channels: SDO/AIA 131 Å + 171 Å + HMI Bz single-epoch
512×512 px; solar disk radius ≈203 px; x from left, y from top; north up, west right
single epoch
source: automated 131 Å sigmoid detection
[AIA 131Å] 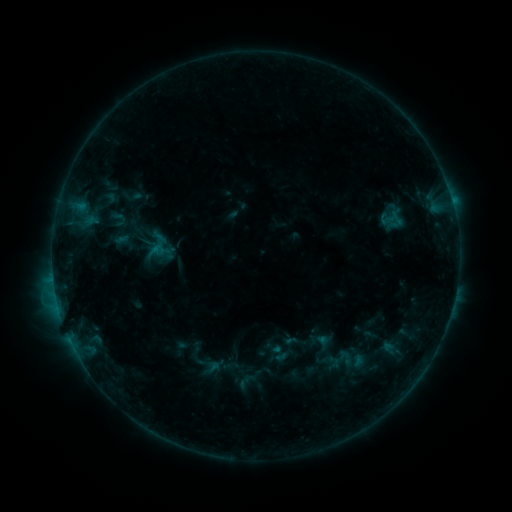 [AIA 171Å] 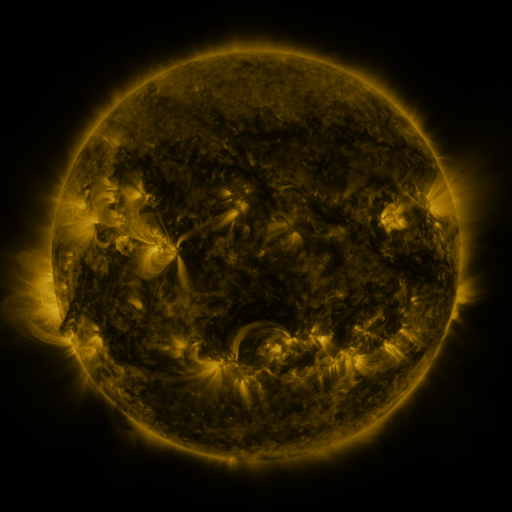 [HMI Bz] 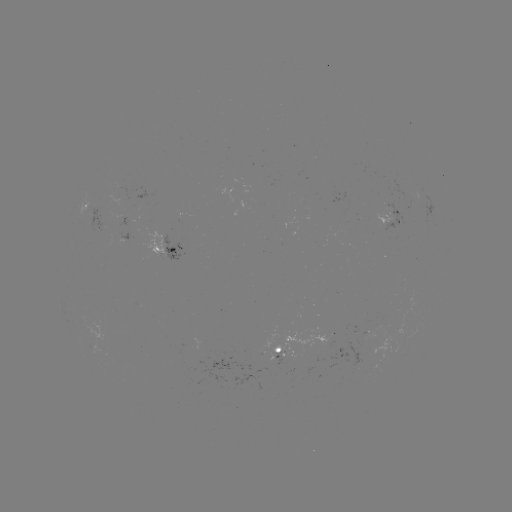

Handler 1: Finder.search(sigmoid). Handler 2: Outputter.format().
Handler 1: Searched sigmoid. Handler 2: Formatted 160,245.